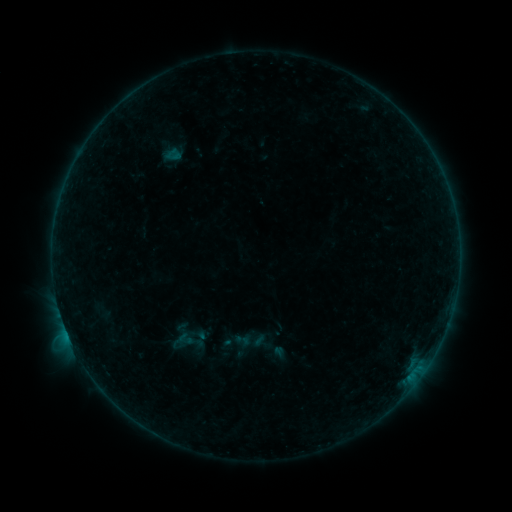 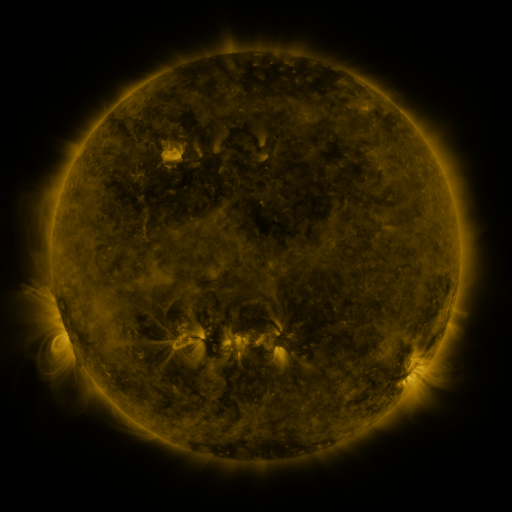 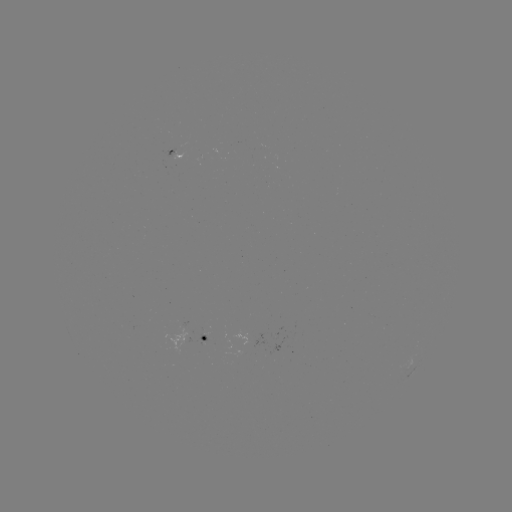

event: sigmoid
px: (242, 340)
